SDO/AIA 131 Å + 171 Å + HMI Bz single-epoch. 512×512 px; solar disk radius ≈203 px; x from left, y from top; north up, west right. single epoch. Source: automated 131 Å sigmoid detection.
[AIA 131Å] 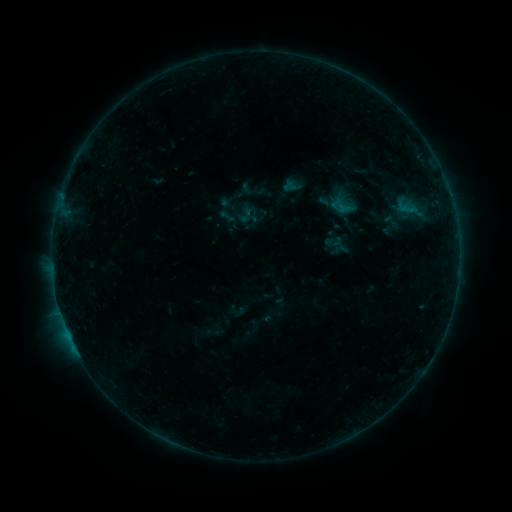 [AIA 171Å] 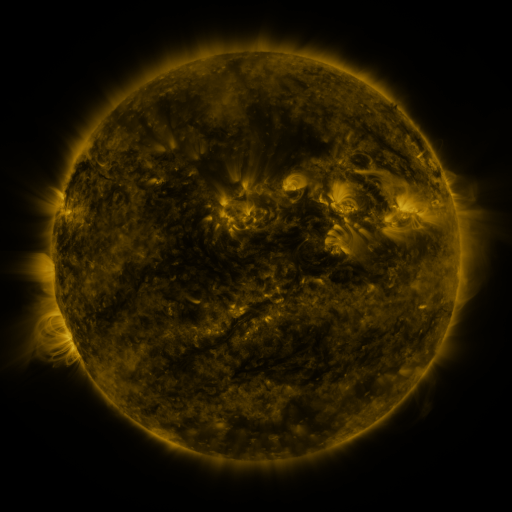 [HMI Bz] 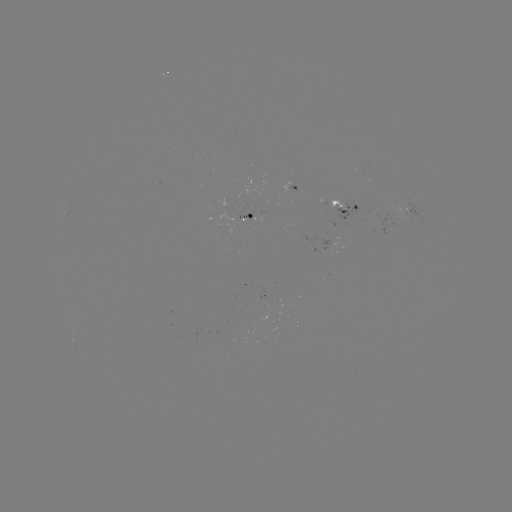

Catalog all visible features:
sigmoid: (245, 214)
sigmoid: (227, 216)
